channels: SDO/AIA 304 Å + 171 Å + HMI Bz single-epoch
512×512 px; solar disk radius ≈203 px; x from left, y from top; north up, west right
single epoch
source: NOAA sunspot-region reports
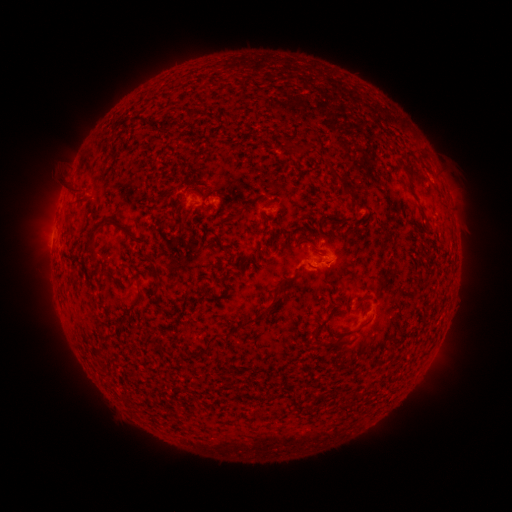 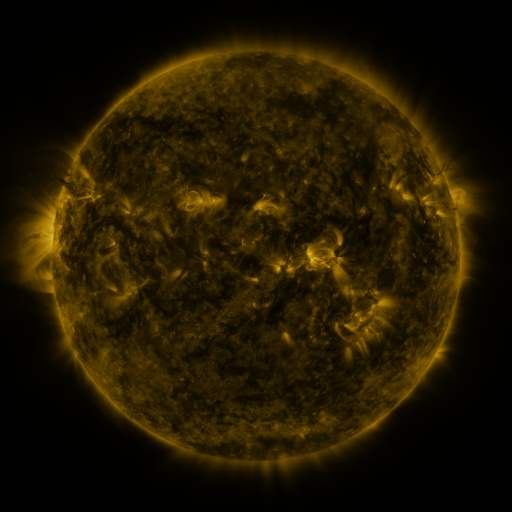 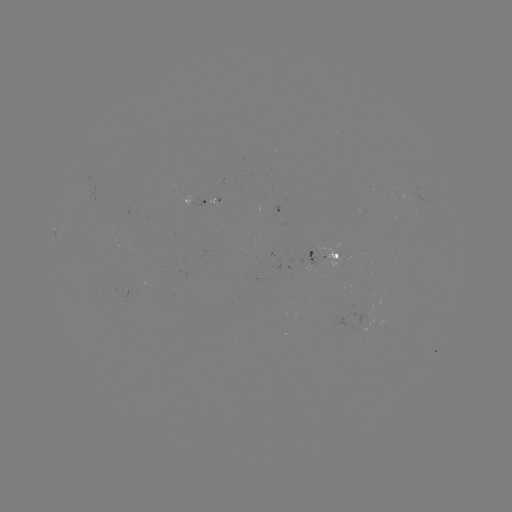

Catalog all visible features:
spotted active region: (197, 200)
spotted active region: (273, 205)
spotted active region: (325, 253)
